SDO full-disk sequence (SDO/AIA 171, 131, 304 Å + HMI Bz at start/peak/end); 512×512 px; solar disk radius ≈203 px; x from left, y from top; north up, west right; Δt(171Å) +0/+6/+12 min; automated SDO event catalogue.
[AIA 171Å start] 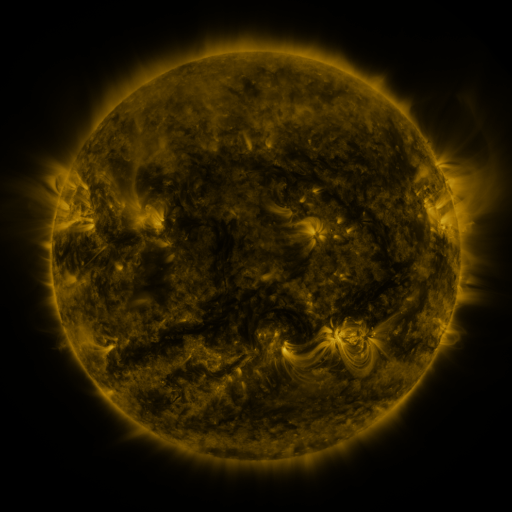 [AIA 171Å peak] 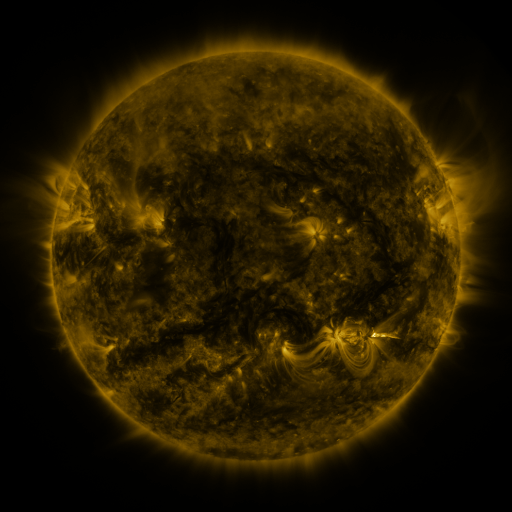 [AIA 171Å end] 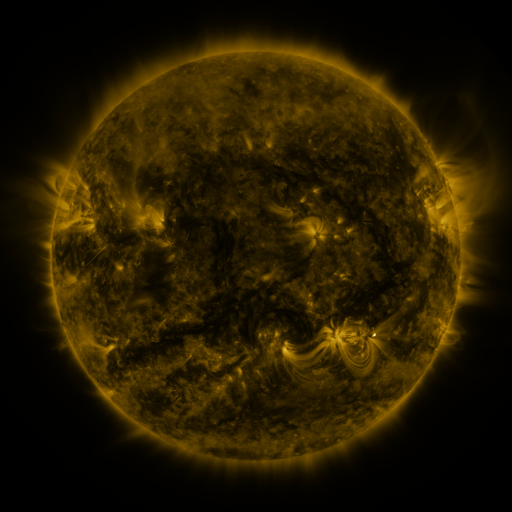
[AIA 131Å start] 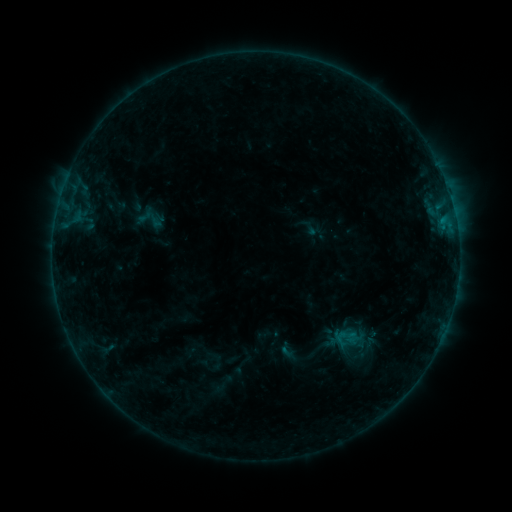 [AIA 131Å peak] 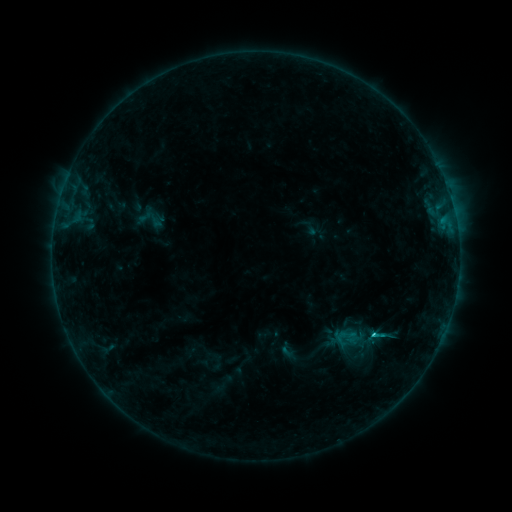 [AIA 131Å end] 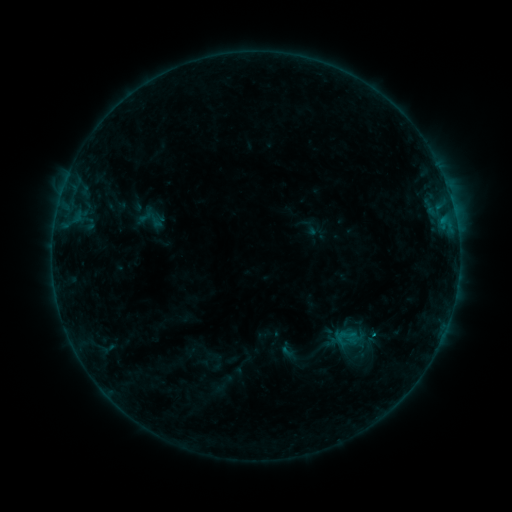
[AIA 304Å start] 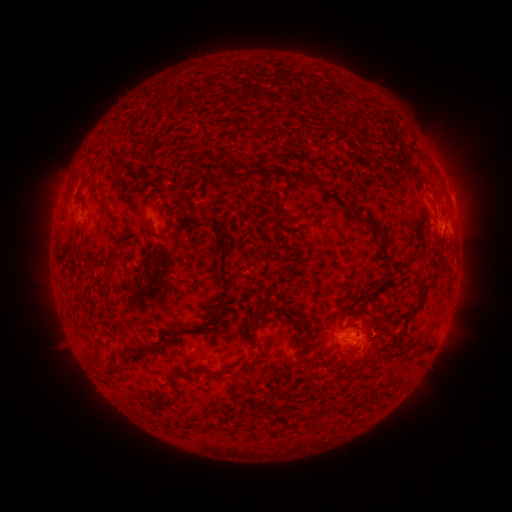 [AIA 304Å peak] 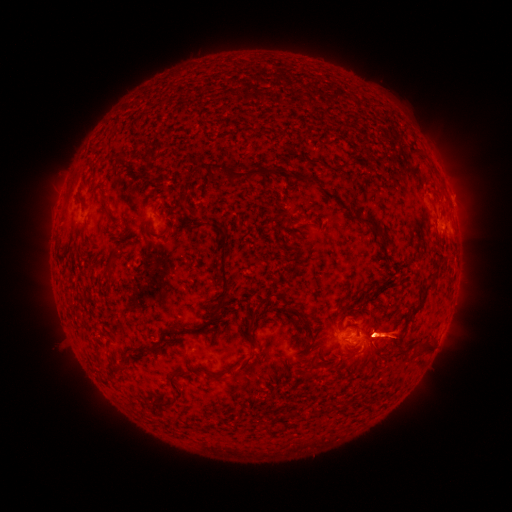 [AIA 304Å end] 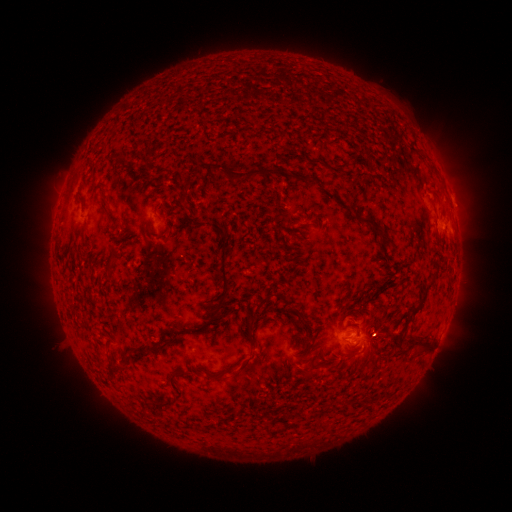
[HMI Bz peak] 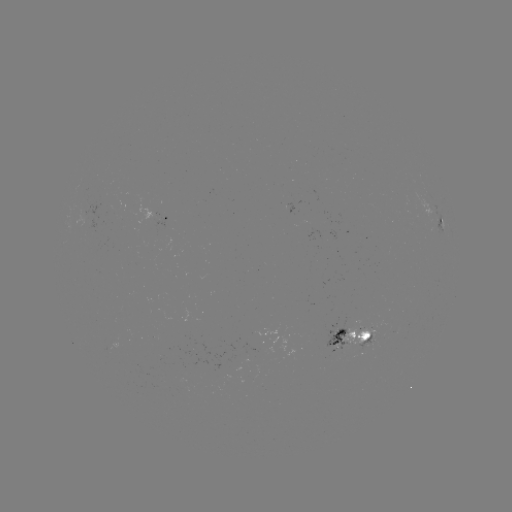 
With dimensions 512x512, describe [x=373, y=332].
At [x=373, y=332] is B7.6 flare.